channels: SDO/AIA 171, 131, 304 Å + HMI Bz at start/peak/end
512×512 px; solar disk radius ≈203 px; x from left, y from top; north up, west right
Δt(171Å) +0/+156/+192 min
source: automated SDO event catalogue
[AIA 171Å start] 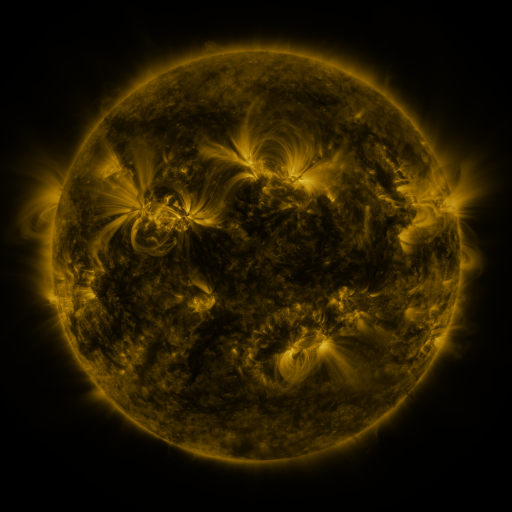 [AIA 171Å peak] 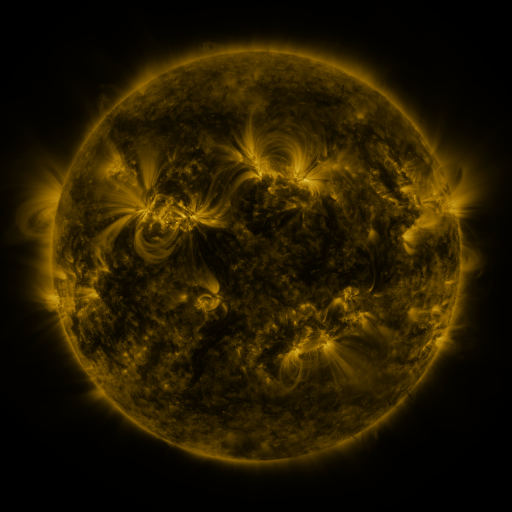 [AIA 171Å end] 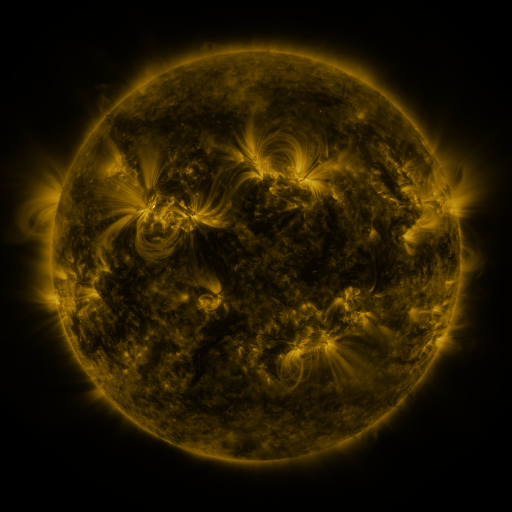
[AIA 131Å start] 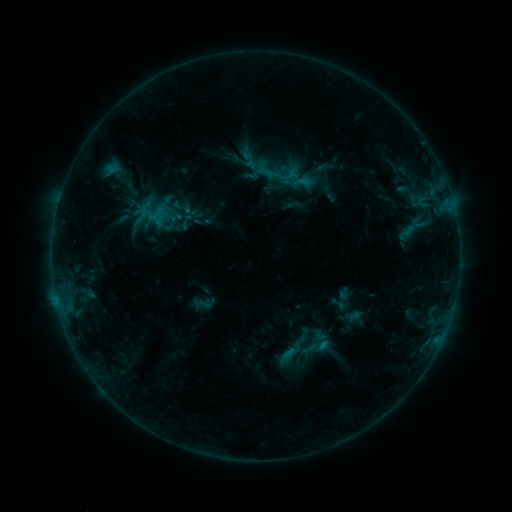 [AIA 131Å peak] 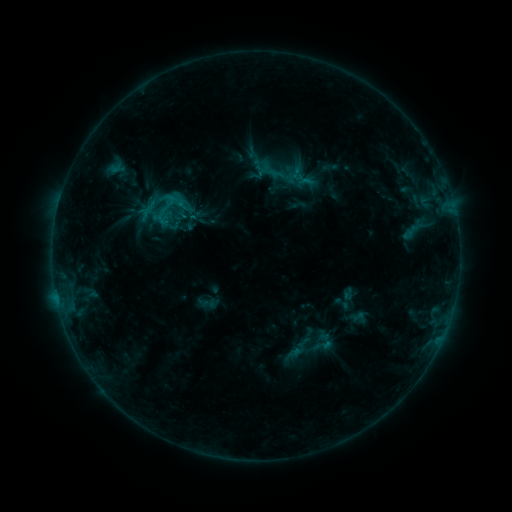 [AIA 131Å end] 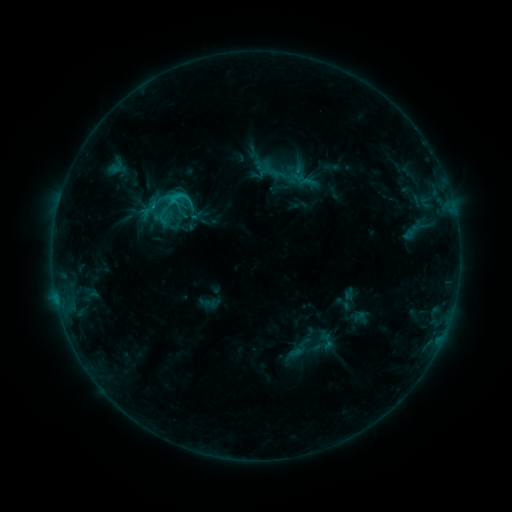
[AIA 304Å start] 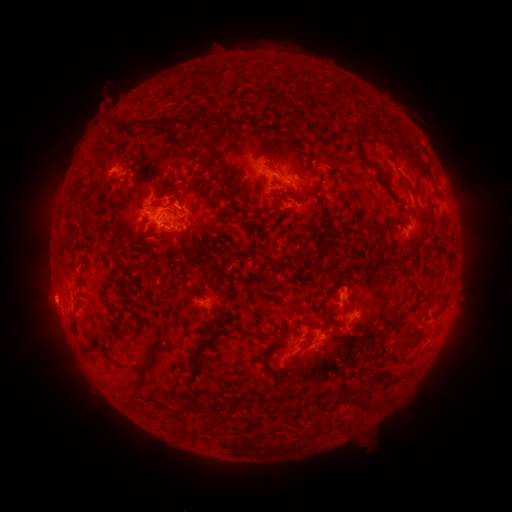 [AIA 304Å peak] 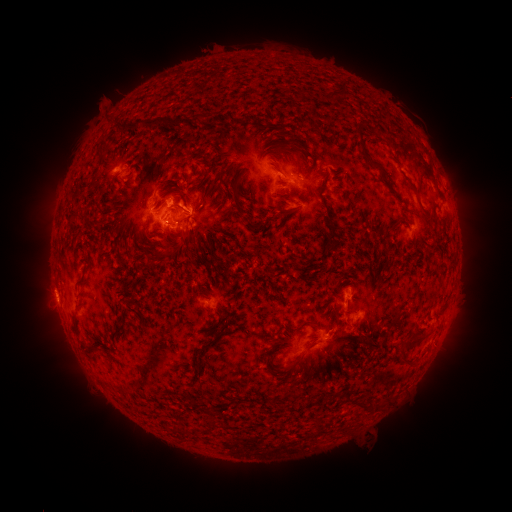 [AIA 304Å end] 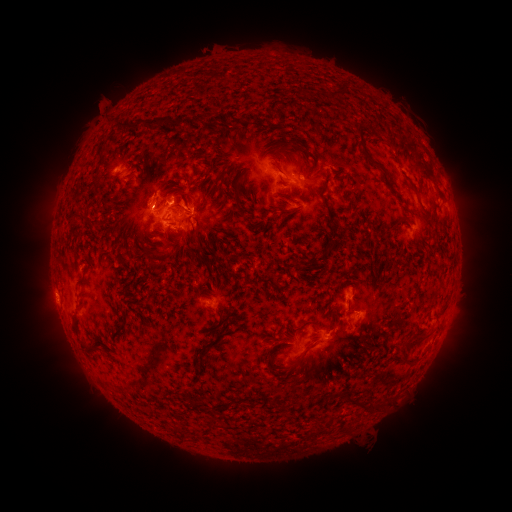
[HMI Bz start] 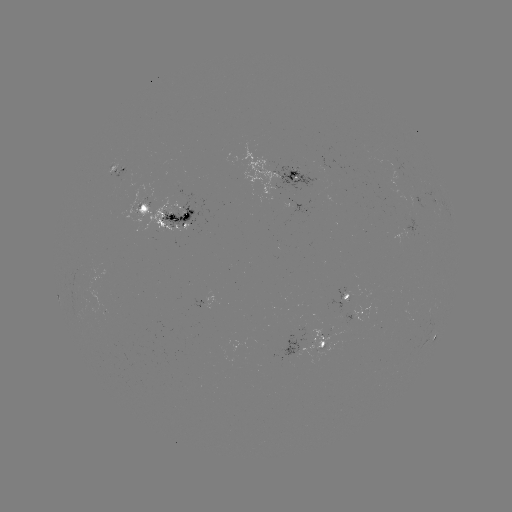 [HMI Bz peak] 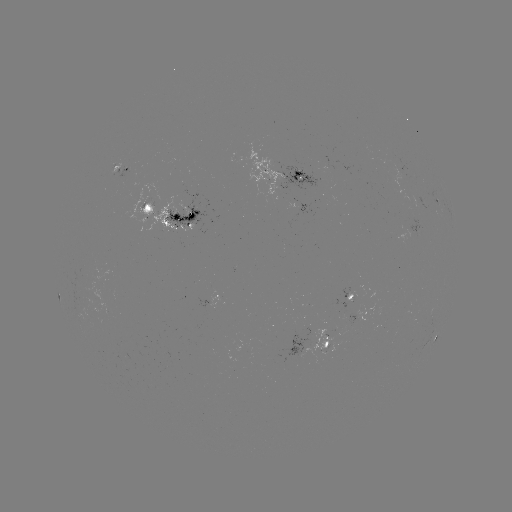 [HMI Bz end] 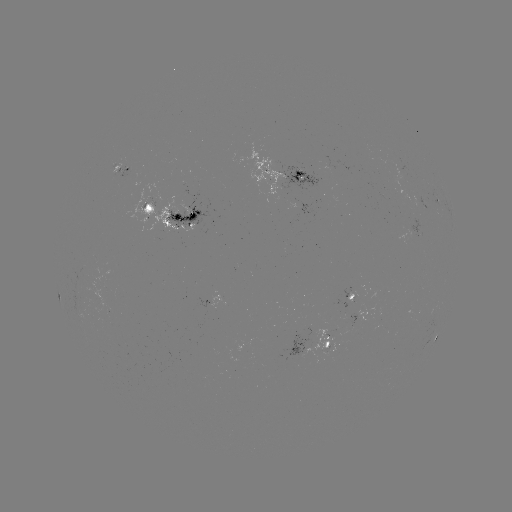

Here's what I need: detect emerging-flux region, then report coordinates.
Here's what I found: emerging-flux region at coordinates [149, 211].